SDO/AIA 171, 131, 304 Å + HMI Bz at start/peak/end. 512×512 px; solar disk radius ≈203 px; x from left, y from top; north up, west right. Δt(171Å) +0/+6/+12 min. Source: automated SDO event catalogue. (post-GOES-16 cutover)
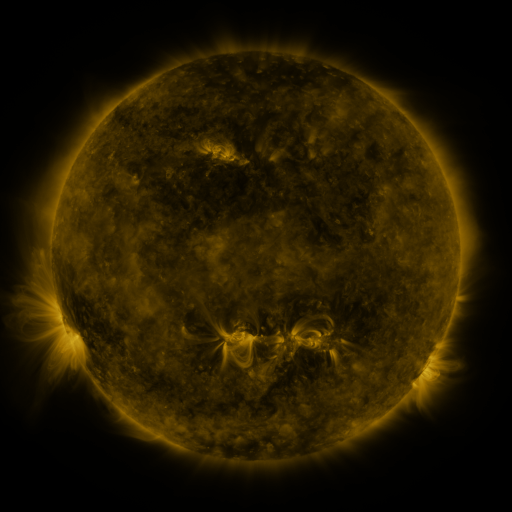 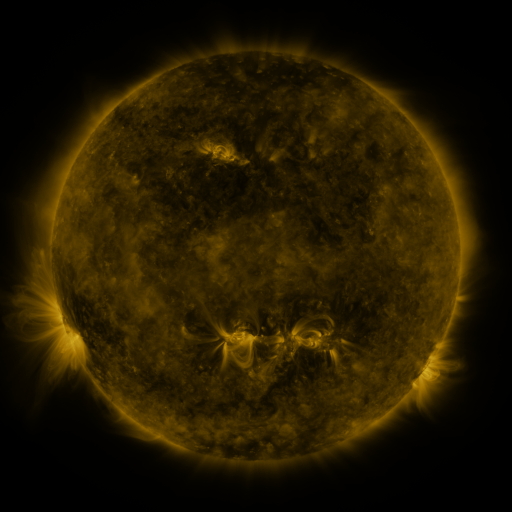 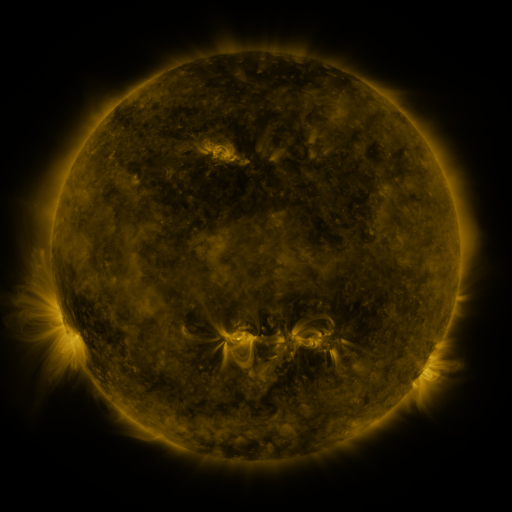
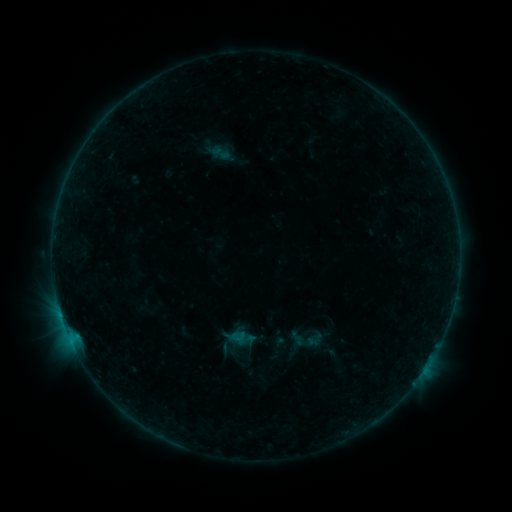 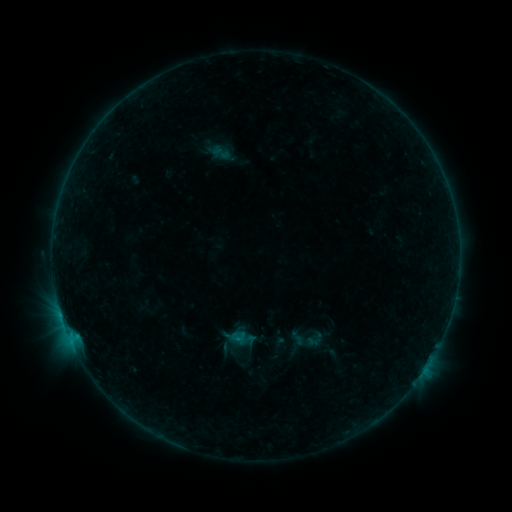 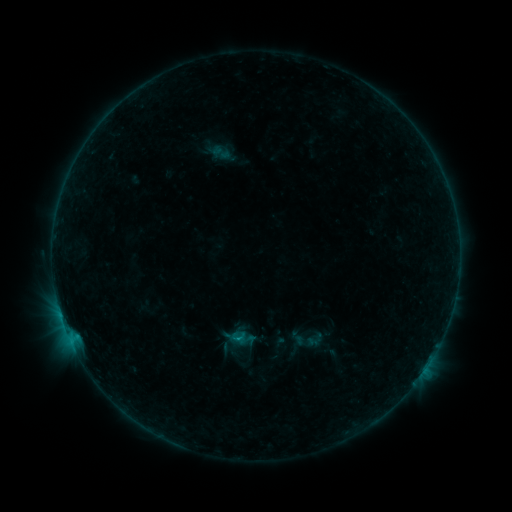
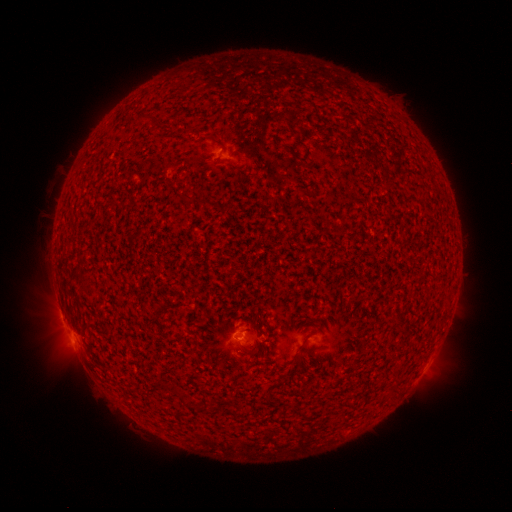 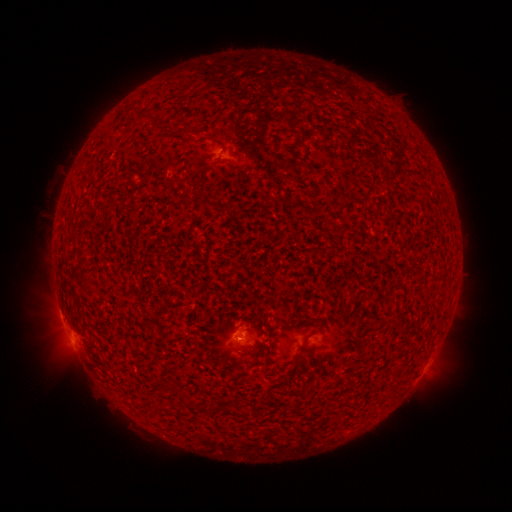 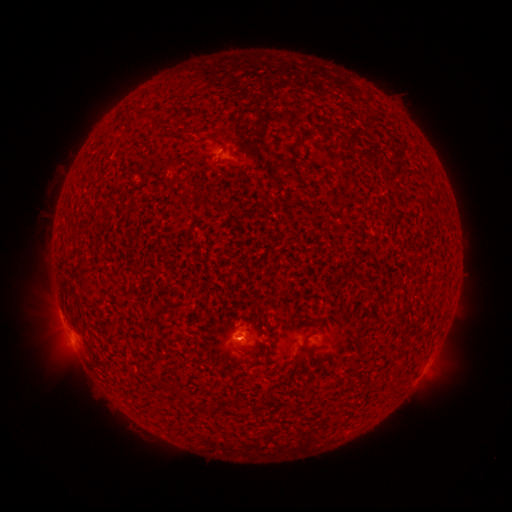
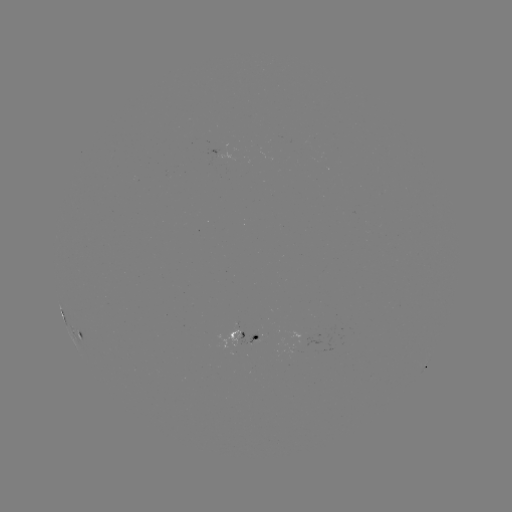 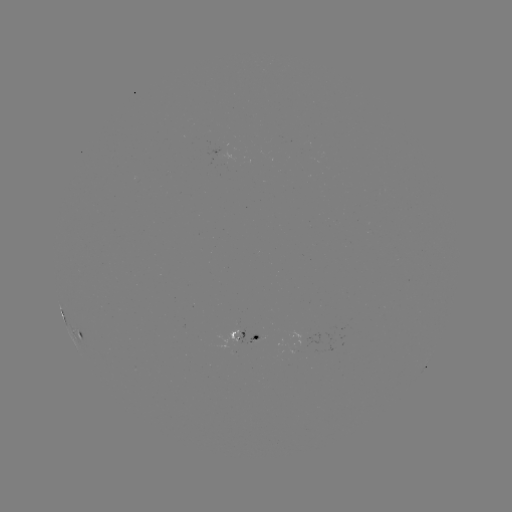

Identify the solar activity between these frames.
B8.0 flare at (239, 338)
